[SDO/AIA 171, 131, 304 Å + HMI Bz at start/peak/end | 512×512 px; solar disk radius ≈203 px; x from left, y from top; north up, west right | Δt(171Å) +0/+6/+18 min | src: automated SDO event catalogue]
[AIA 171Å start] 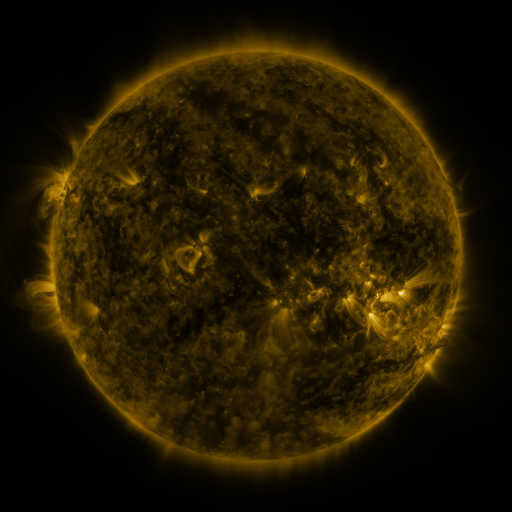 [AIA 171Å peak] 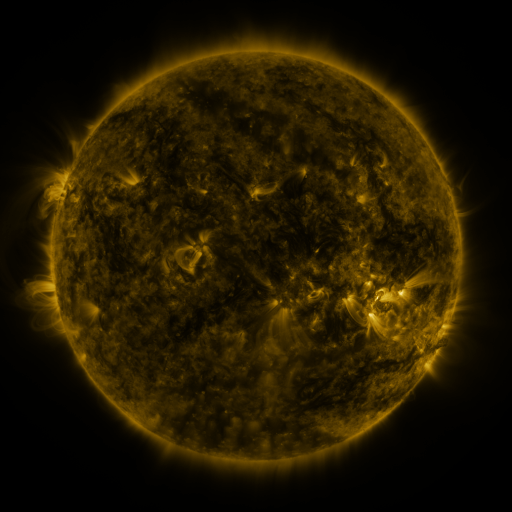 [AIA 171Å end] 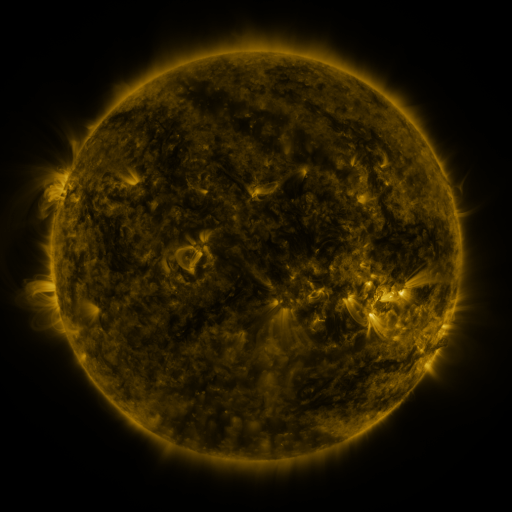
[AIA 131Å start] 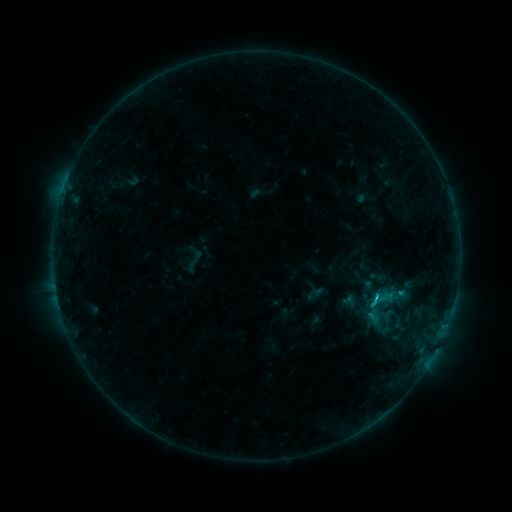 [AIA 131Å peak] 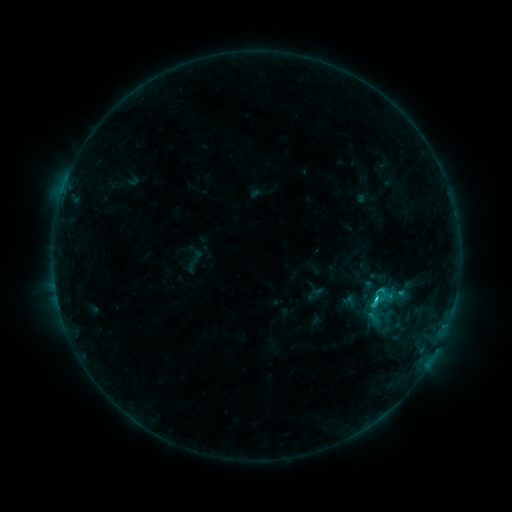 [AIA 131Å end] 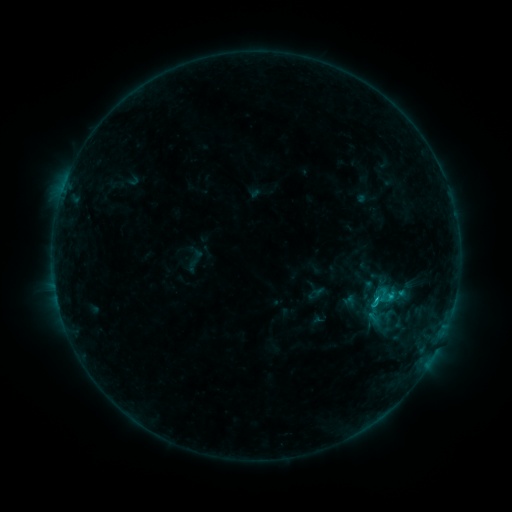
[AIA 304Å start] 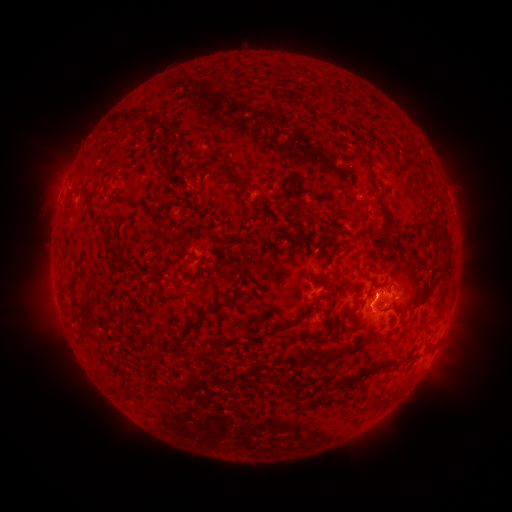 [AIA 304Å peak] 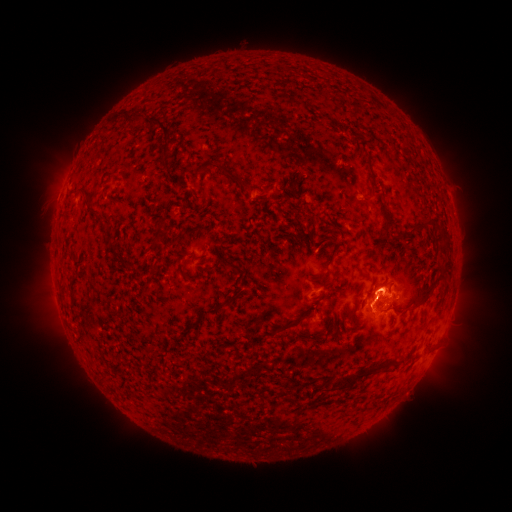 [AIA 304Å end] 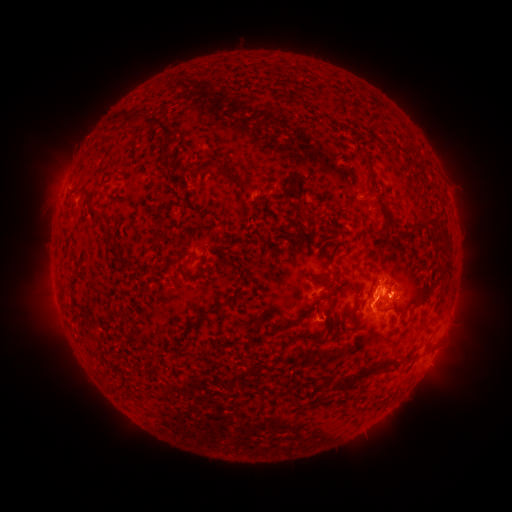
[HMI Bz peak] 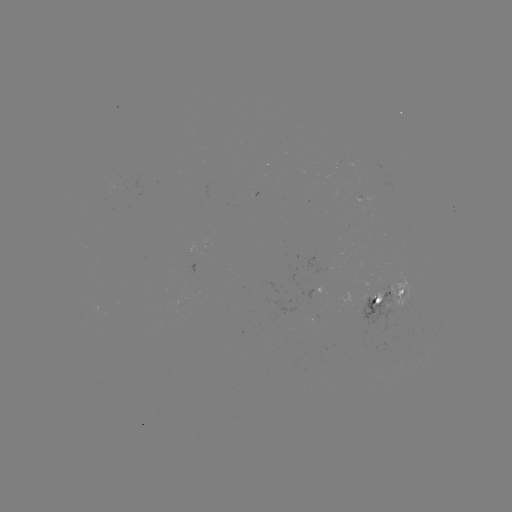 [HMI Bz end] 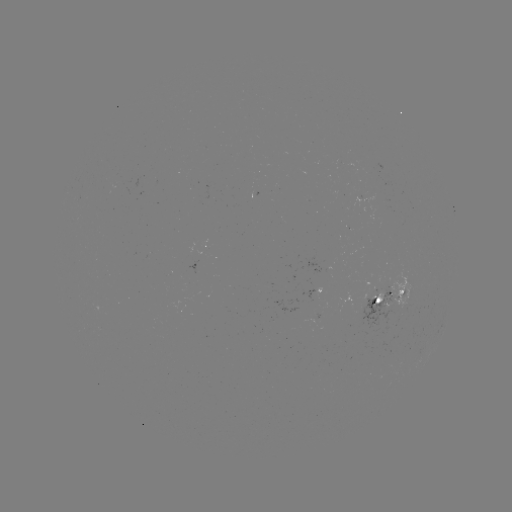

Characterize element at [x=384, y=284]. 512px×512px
eruption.